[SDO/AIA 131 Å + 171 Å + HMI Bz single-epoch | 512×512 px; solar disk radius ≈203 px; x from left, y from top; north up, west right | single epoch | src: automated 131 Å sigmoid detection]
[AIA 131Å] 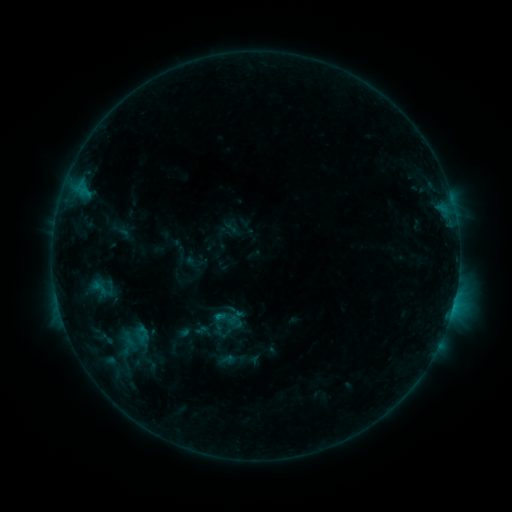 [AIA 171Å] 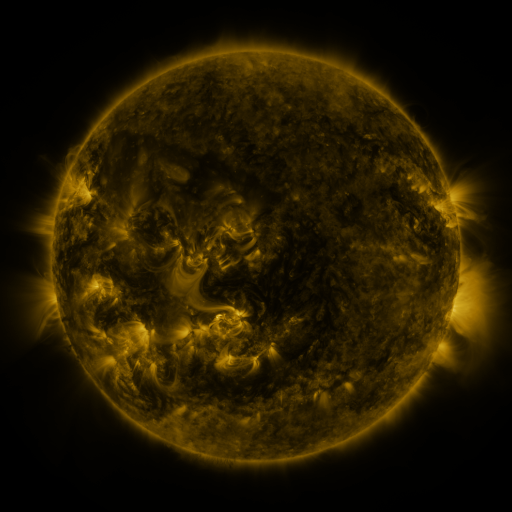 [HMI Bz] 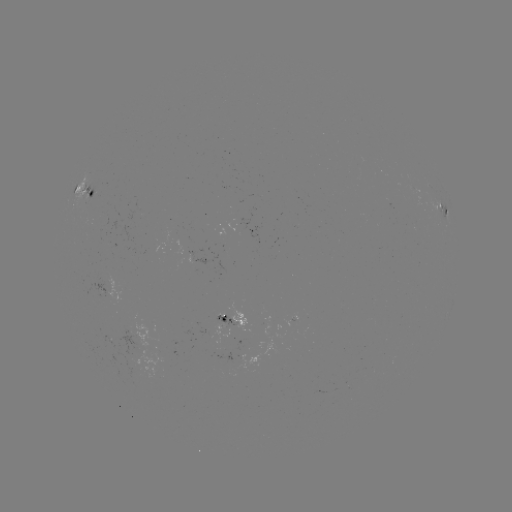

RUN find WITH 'sigmoid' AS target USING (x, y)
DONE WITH (226, 319) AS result